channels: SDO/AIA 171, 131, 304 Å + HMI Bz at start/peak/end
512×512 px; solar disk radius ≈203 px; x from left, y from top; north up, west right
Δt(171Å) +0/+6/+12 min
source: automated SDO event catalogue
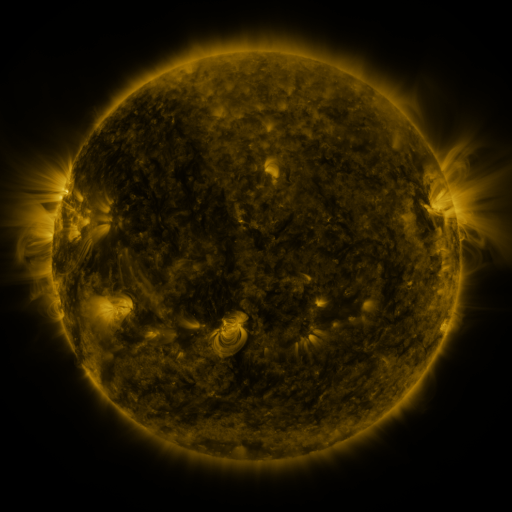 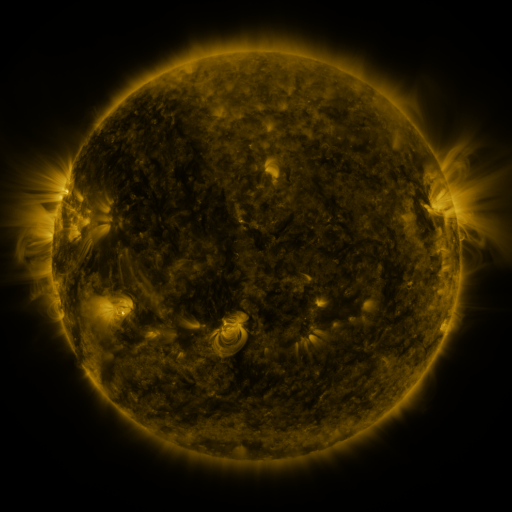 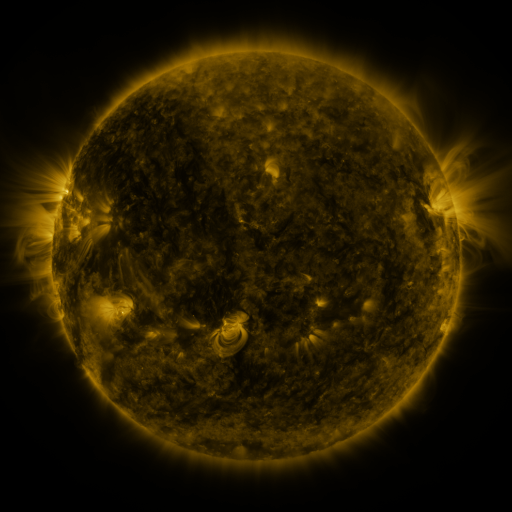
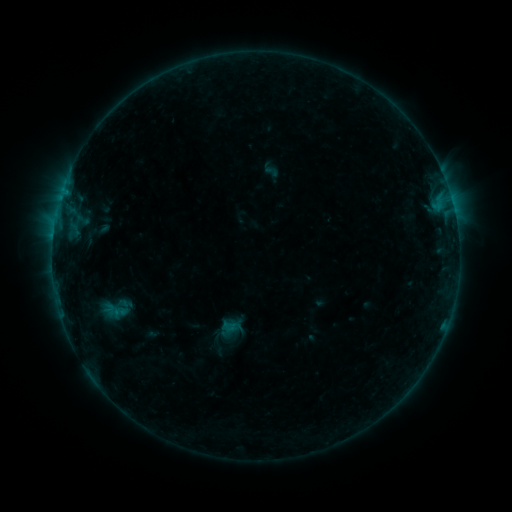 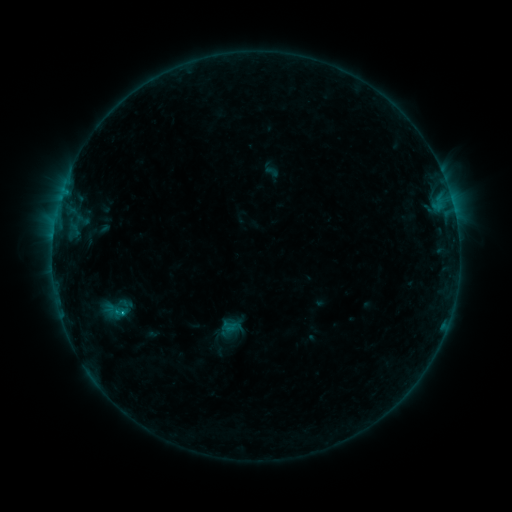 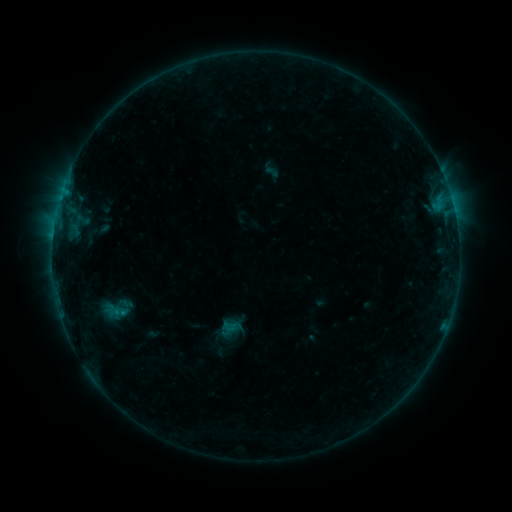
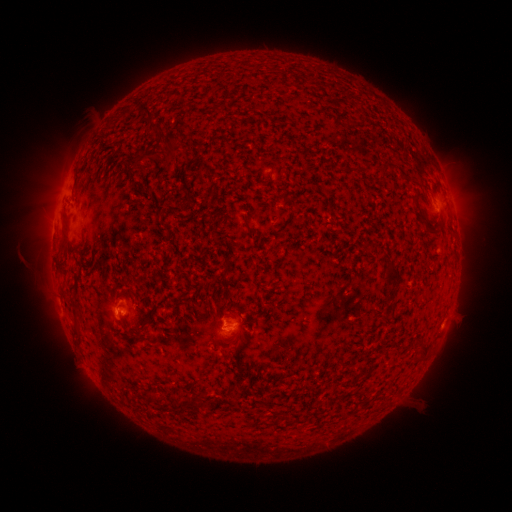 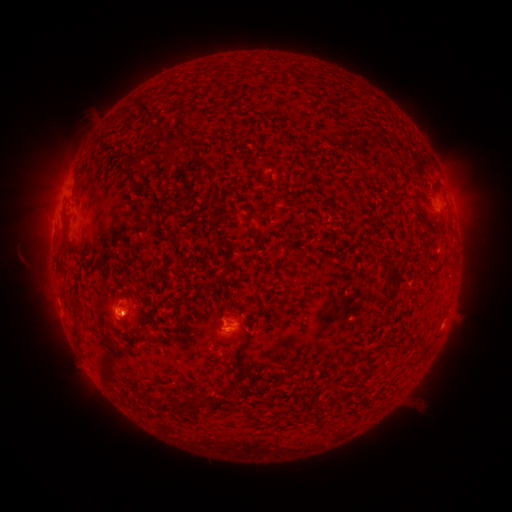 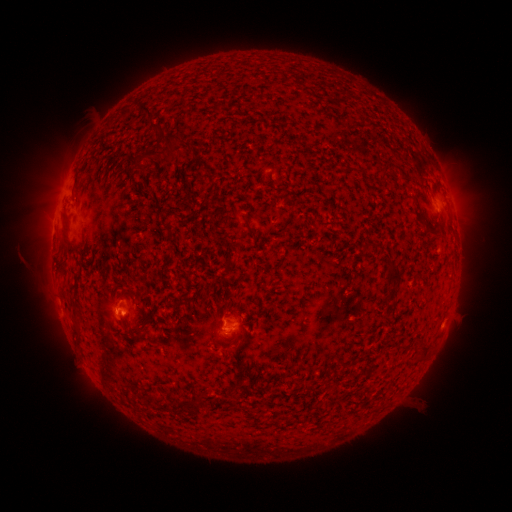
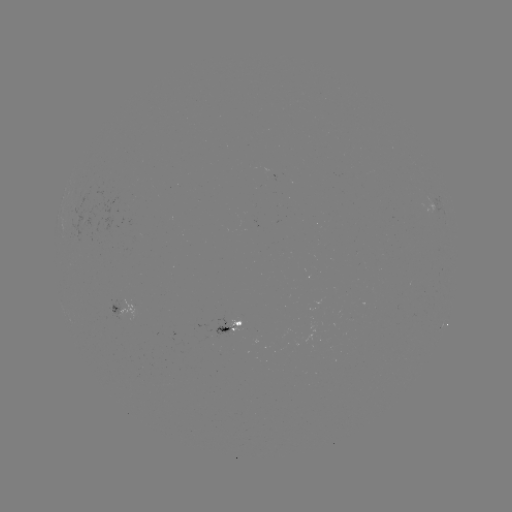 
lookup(B6.1 flare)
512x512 (122, 311)